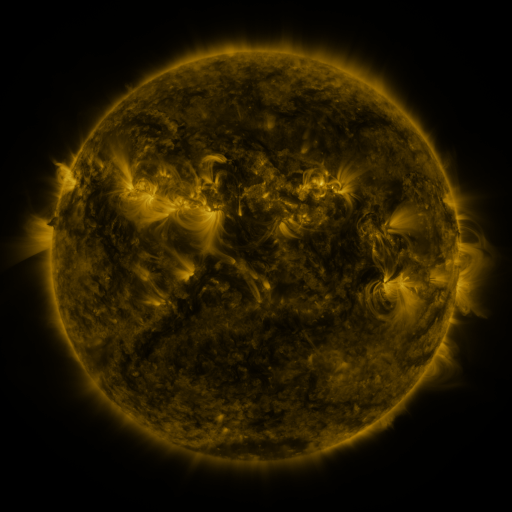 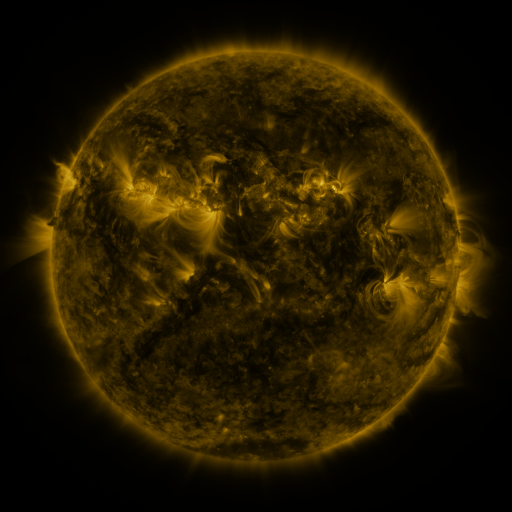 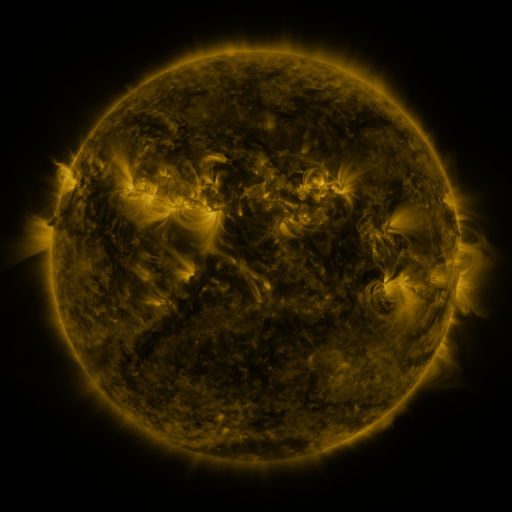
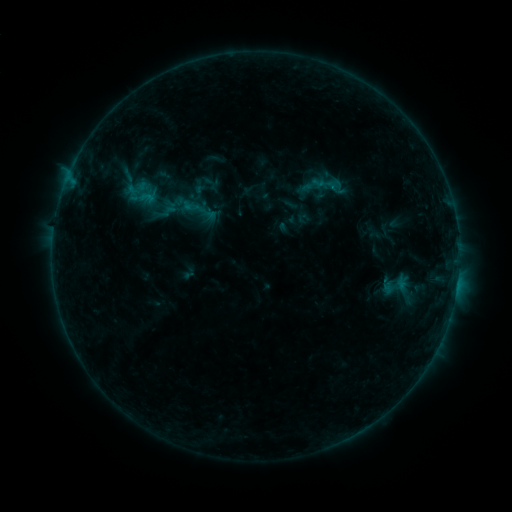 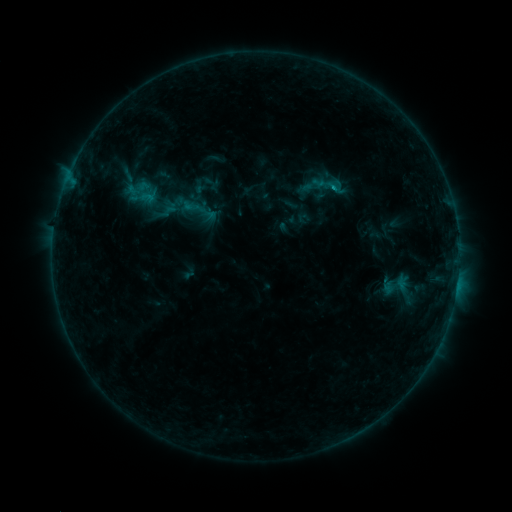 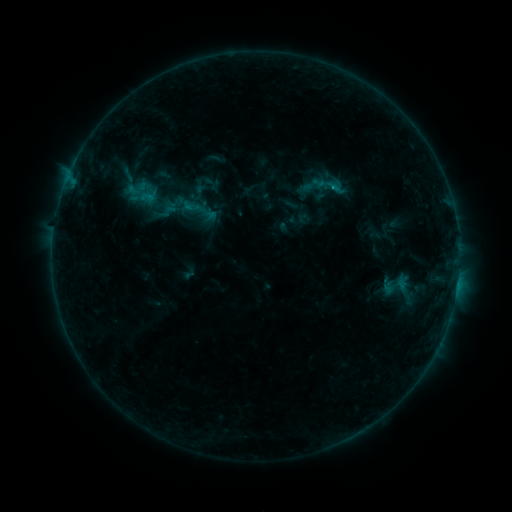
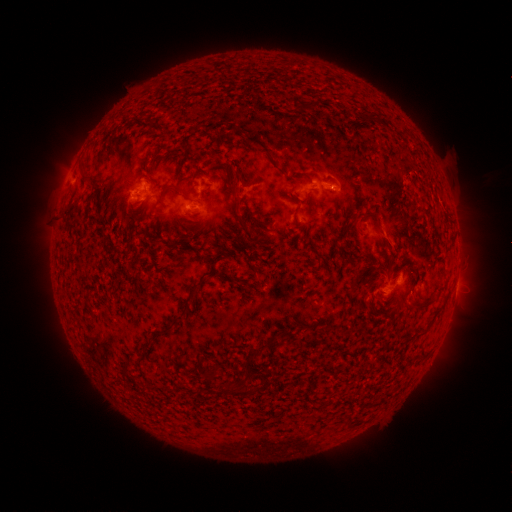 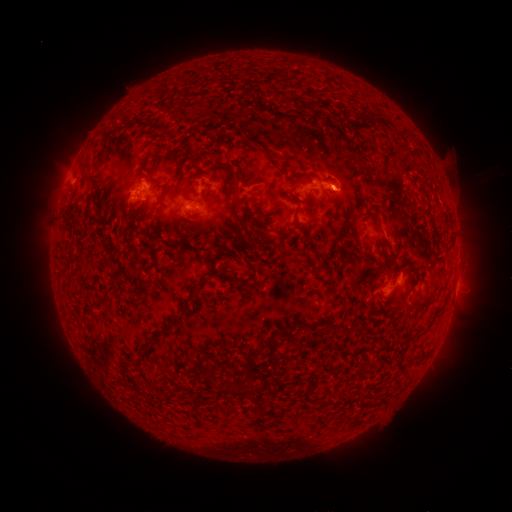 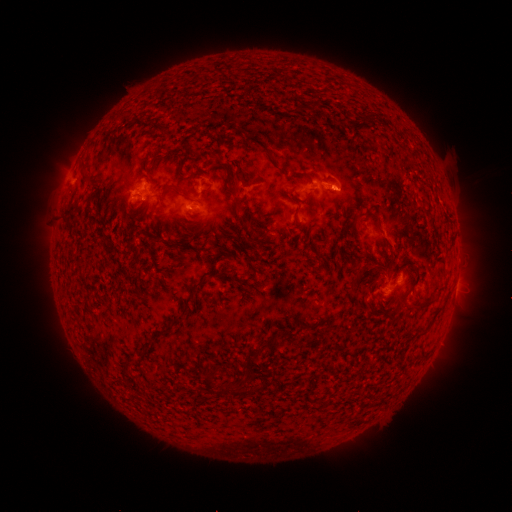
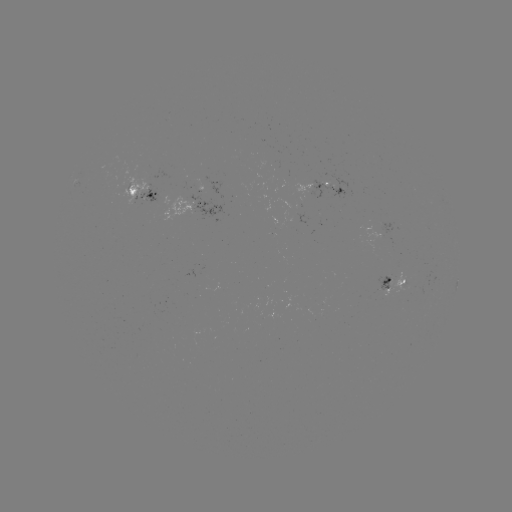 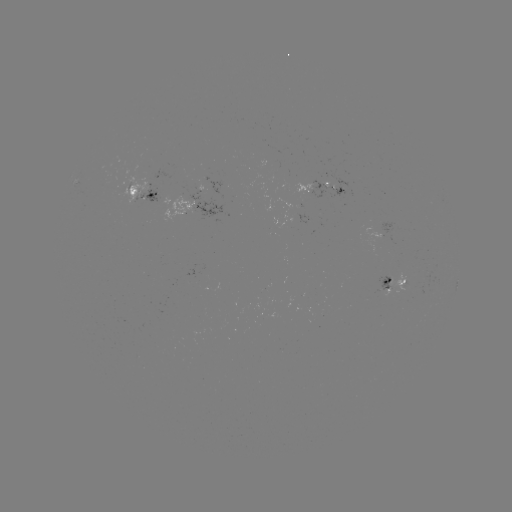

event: flare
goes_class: B6.2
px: (333, 189)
